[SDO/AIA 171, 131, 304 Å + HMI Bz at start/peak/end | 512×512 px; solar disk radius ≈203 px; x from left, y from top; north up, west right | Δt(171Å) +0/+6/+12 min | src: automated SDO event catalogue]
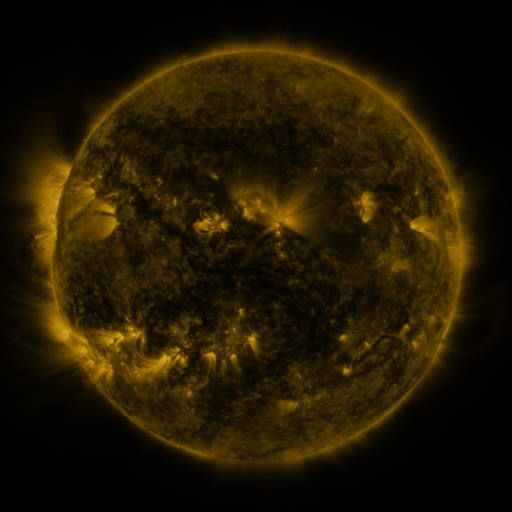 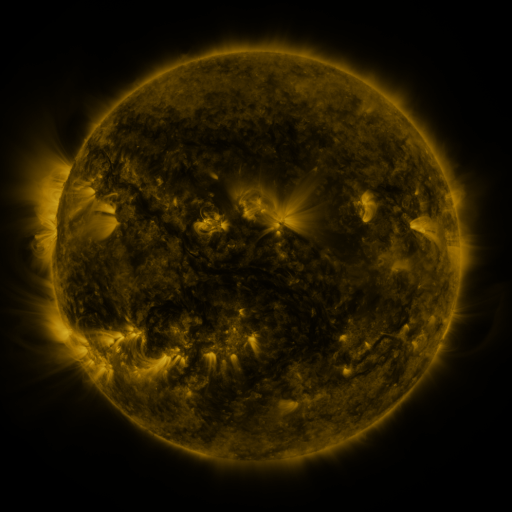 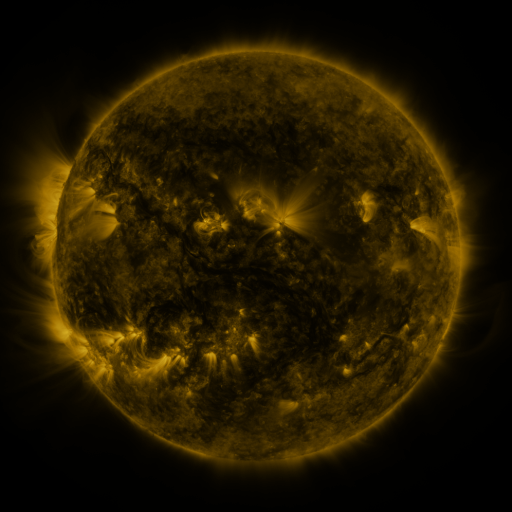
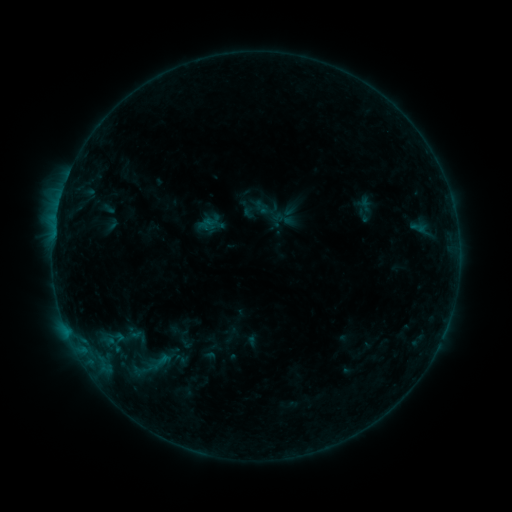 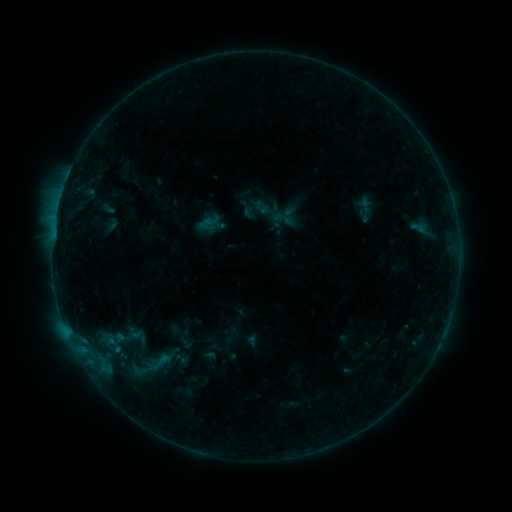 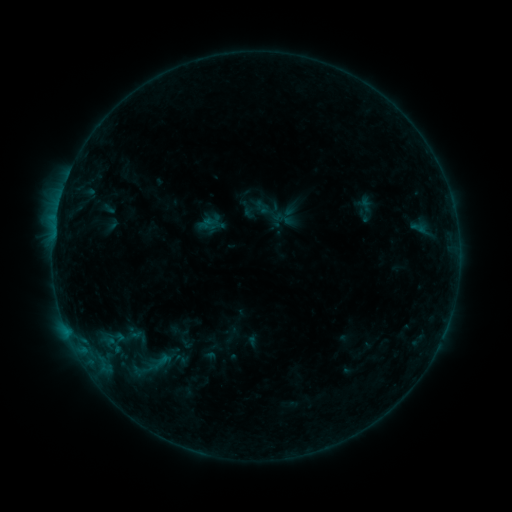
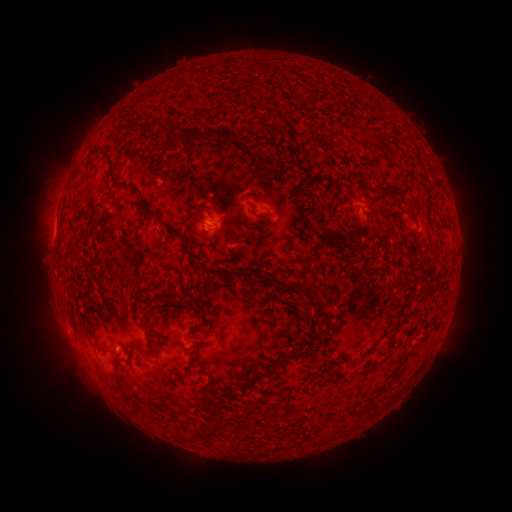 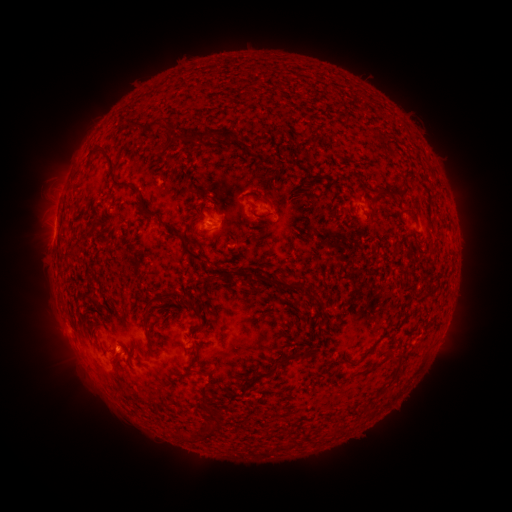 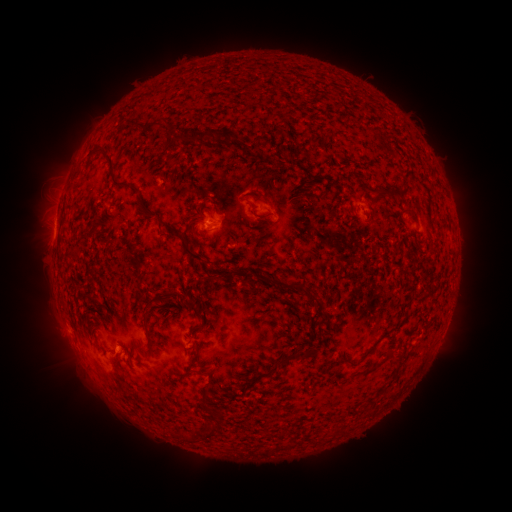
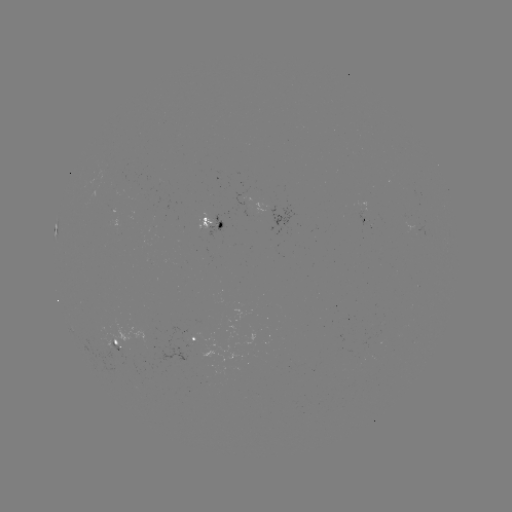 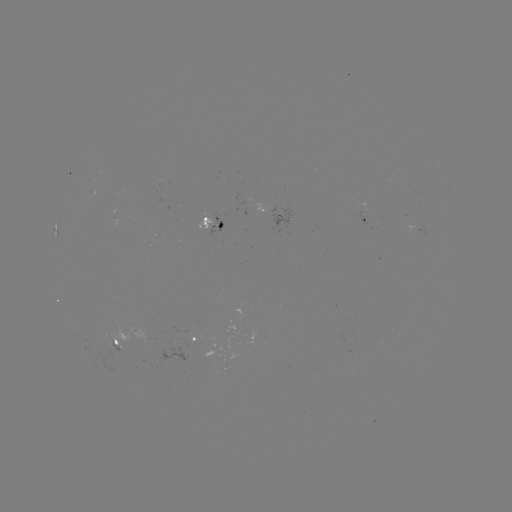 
no classed flare was catalogued and no EUV brightening was flagged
